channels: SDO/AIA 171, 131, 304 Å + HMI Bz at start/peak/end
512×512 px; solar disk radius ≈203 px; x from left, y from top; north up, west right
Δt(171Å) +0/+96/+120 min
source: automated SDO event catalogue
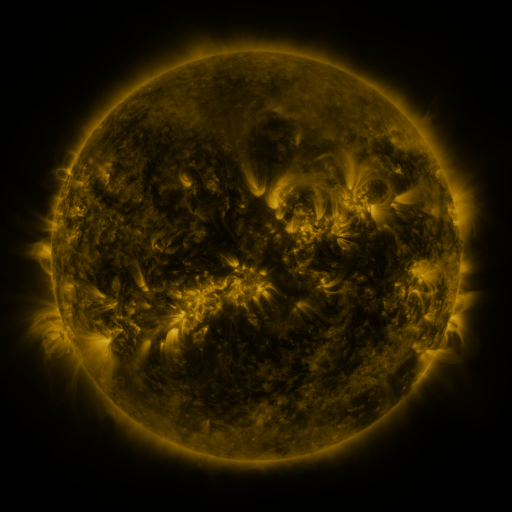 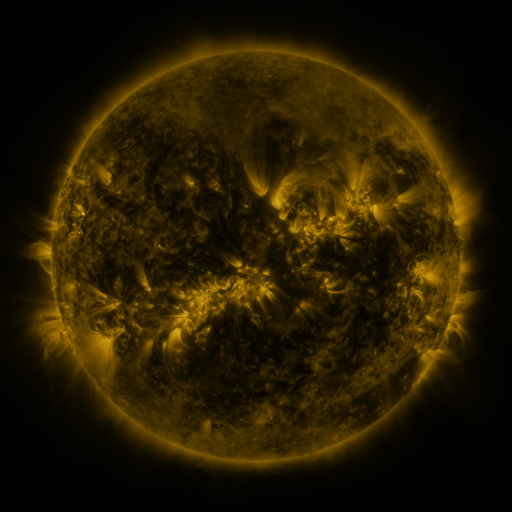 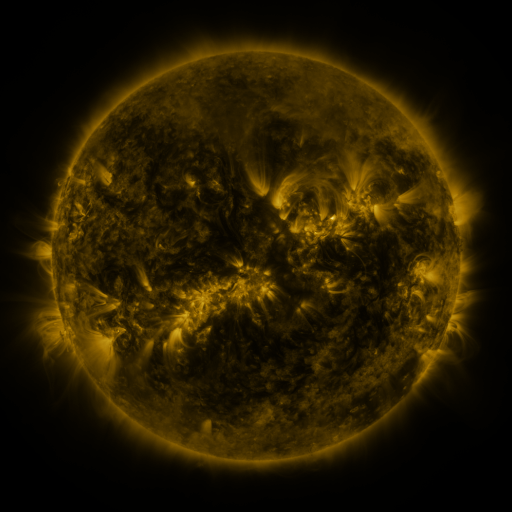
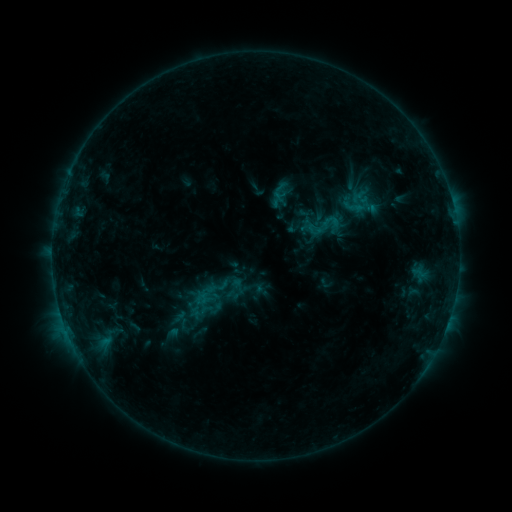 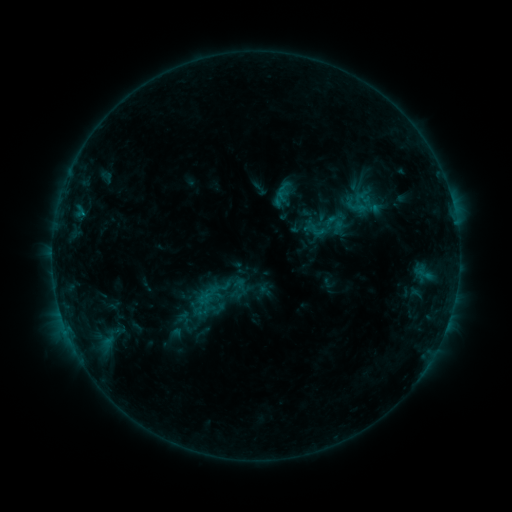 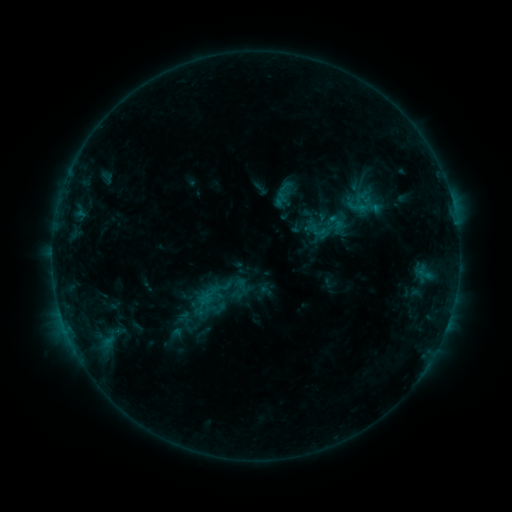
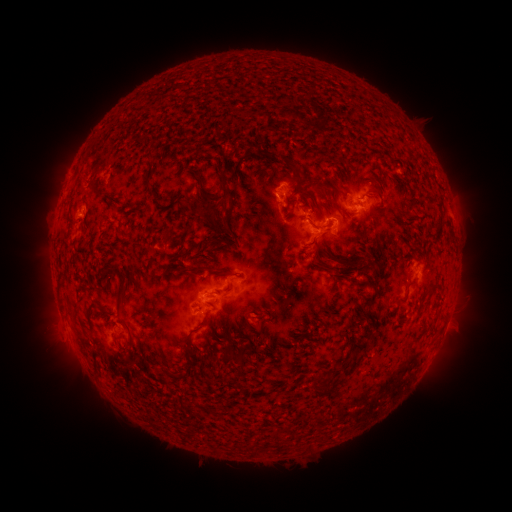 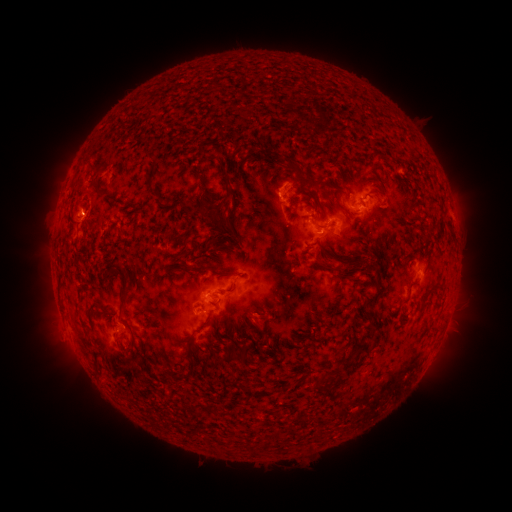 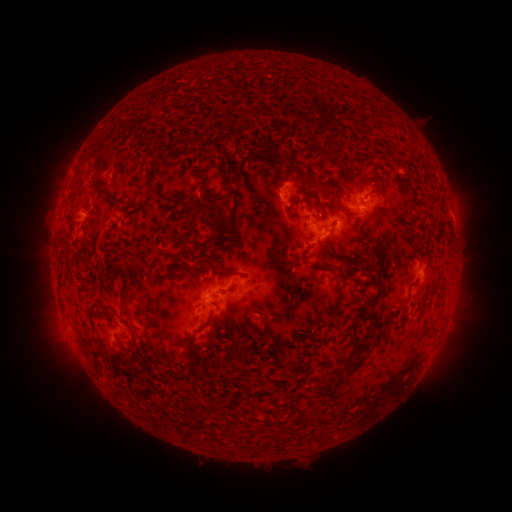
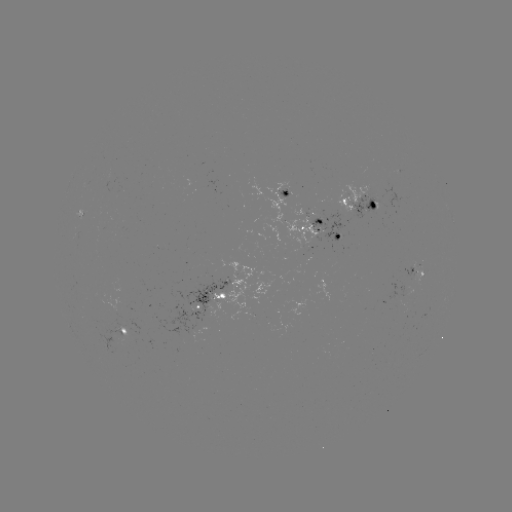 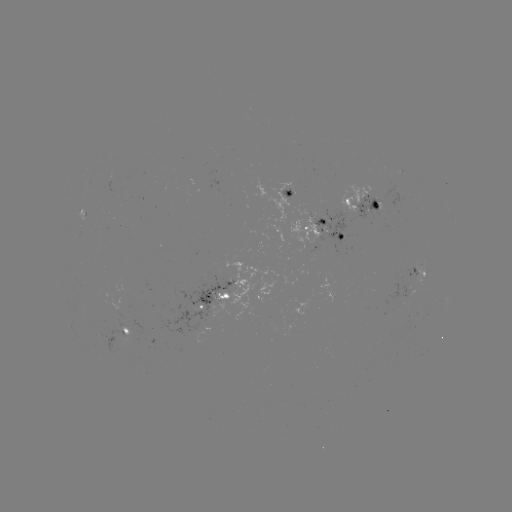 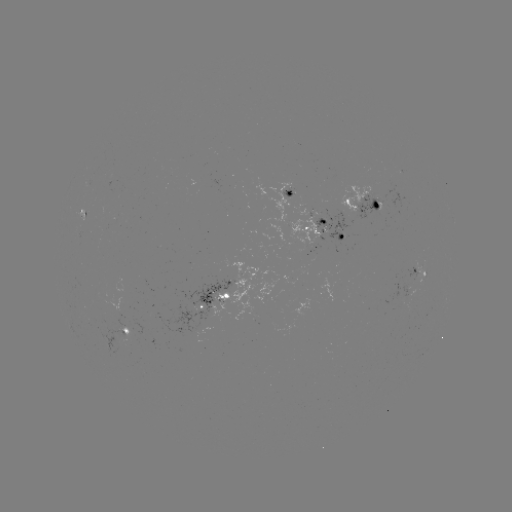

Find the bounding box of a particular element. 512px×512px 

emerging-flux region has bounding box [291, 269, 303, 275].